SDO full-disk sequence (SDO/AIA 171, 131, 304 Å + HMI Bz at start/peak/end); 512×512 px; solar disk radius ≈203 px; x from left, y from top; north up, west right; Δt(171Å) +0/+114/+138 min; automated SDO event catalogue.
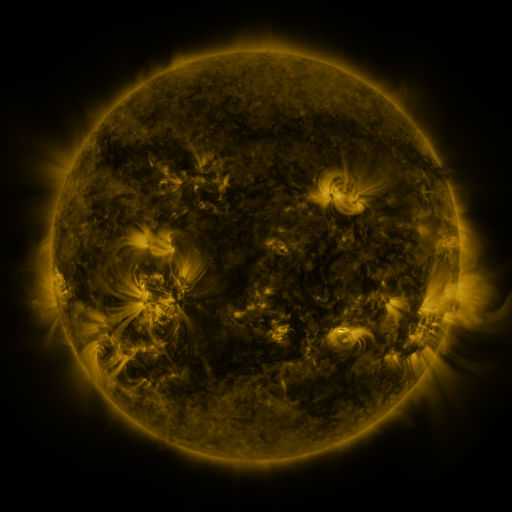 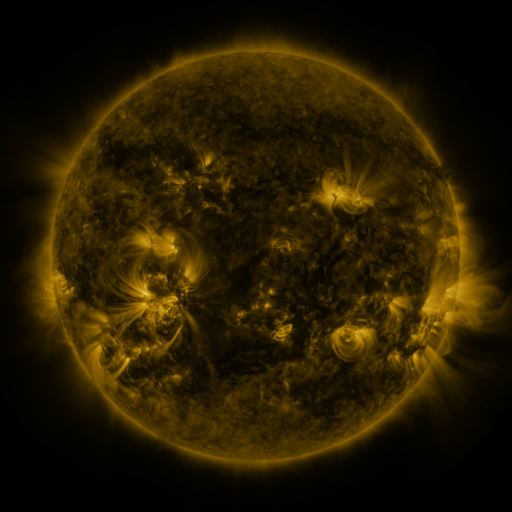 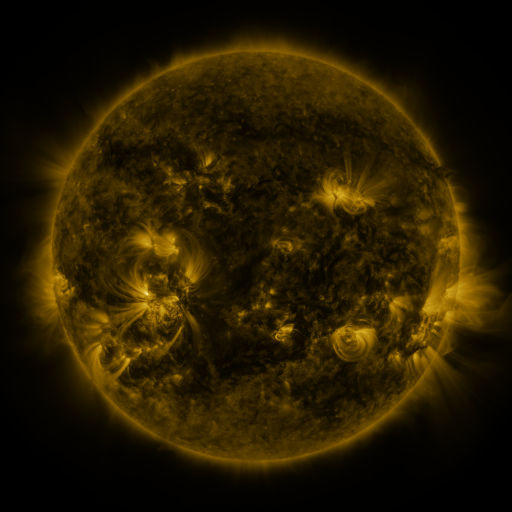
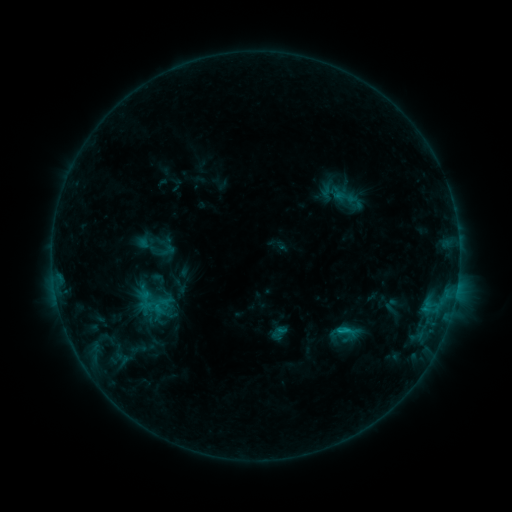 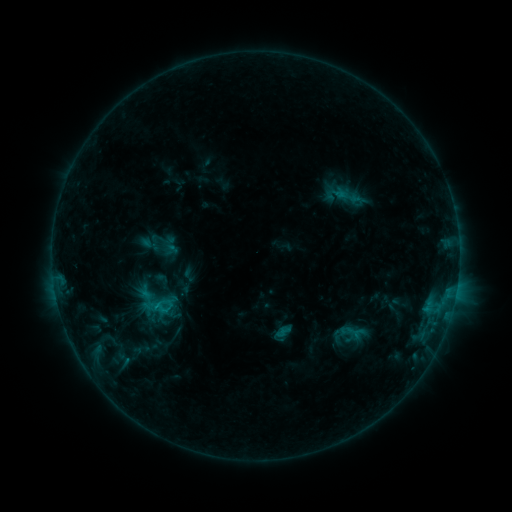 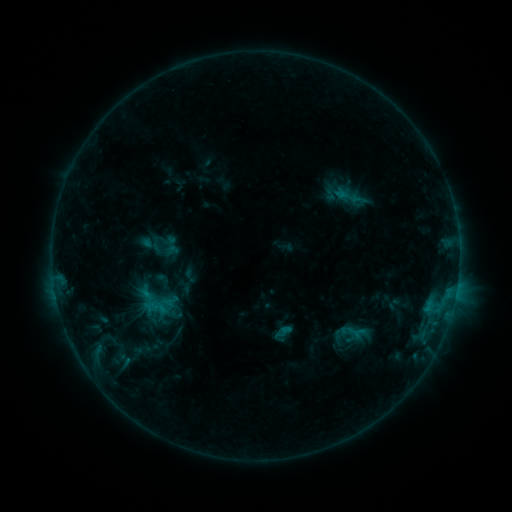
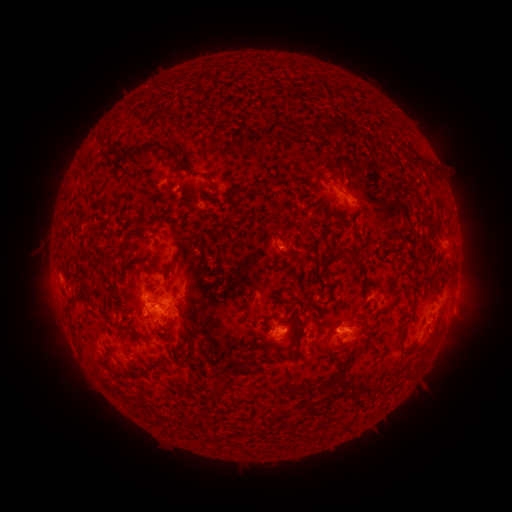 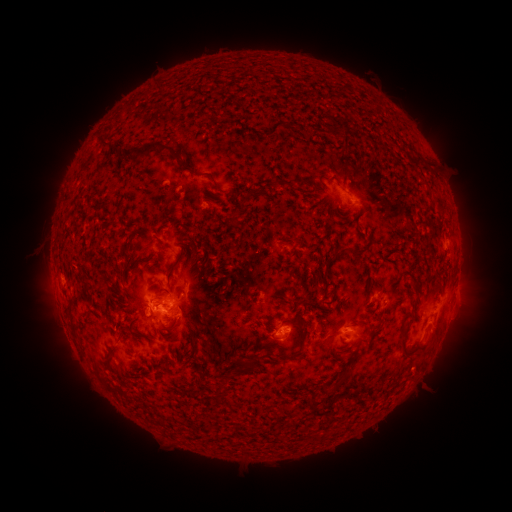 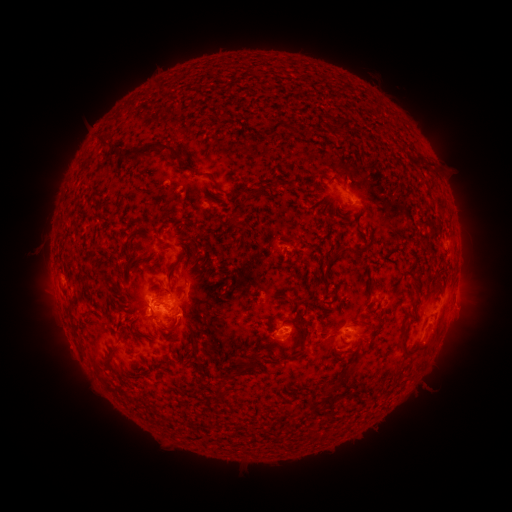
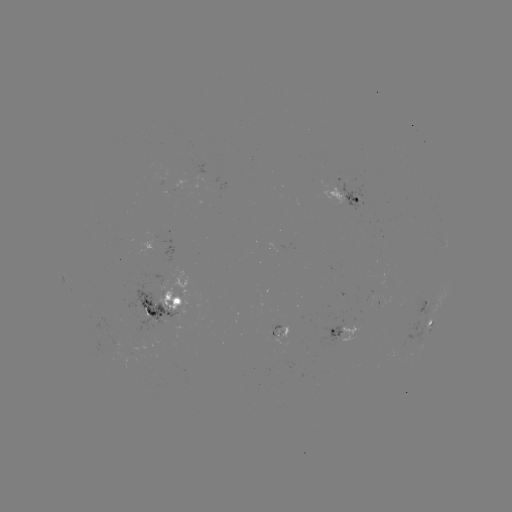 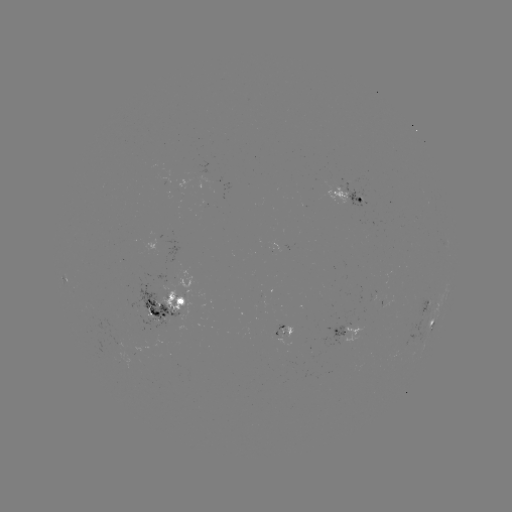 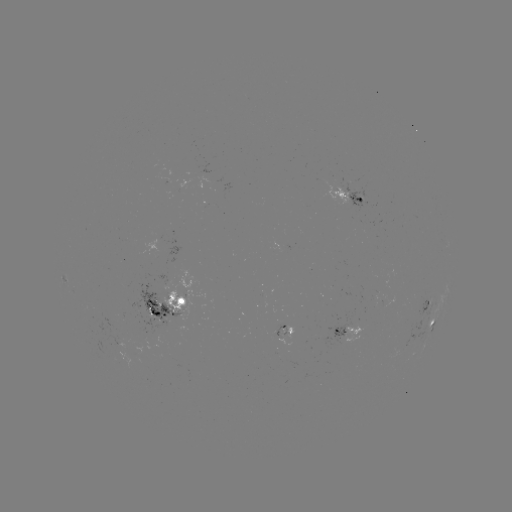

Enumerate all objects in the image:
emerging-flux region: (276, 333)
